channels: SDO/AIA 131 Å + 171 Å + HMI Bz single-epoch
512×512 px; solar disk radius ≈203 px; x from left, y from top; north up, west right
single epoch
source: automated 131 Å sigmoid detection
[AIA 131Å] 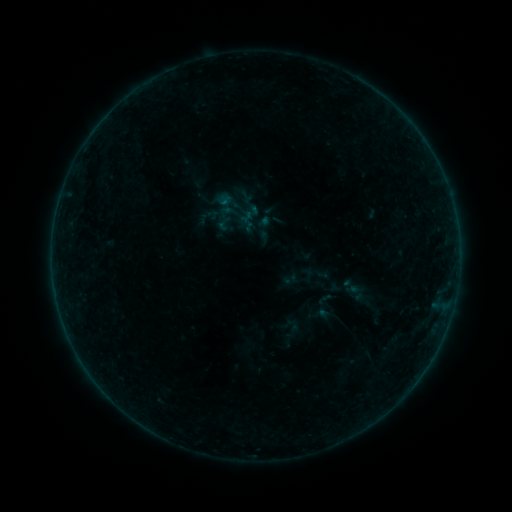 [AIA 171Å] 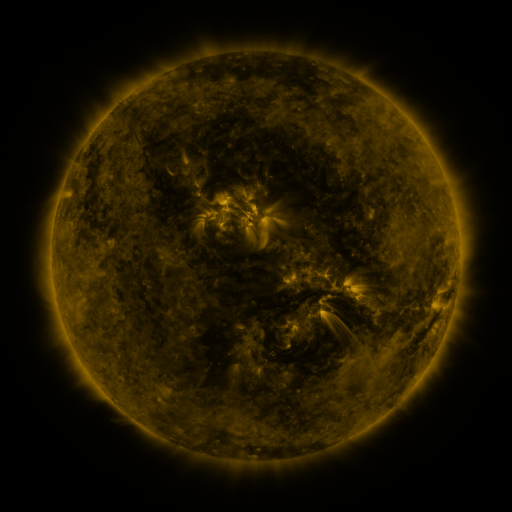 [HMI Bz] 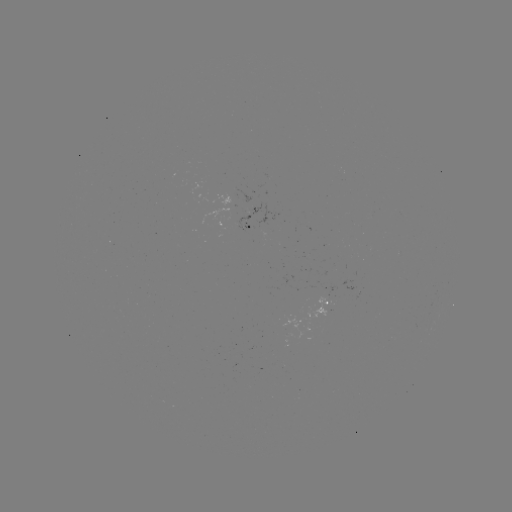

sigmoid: [215, 214, 233, 233]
